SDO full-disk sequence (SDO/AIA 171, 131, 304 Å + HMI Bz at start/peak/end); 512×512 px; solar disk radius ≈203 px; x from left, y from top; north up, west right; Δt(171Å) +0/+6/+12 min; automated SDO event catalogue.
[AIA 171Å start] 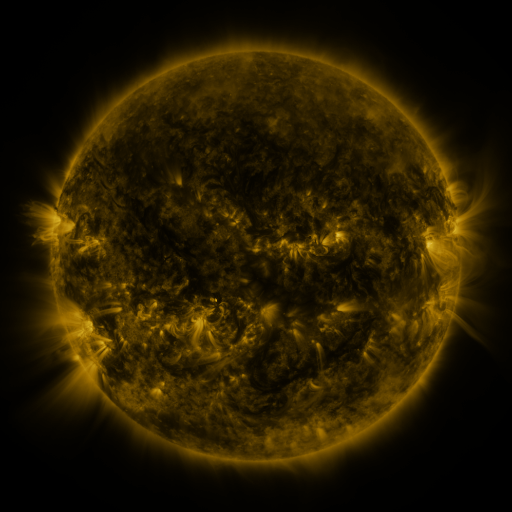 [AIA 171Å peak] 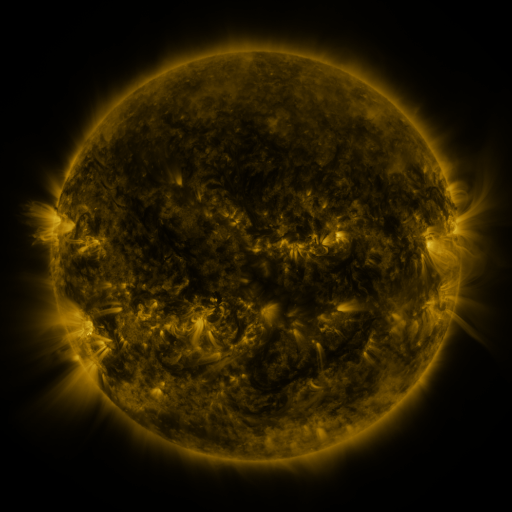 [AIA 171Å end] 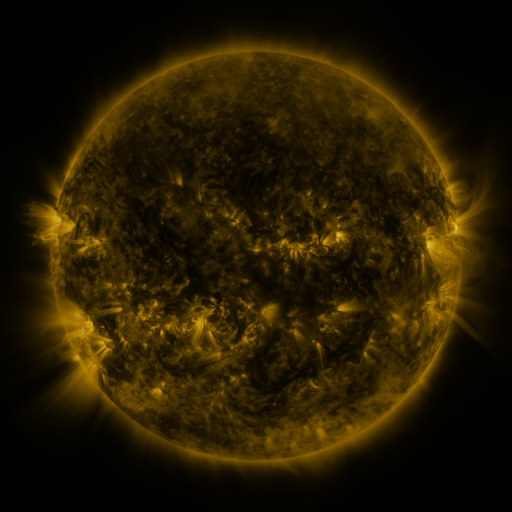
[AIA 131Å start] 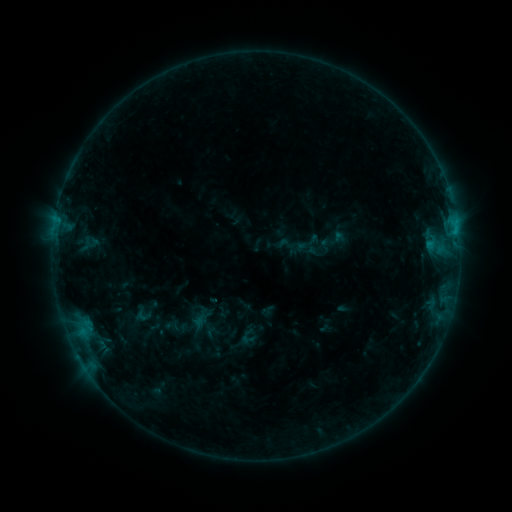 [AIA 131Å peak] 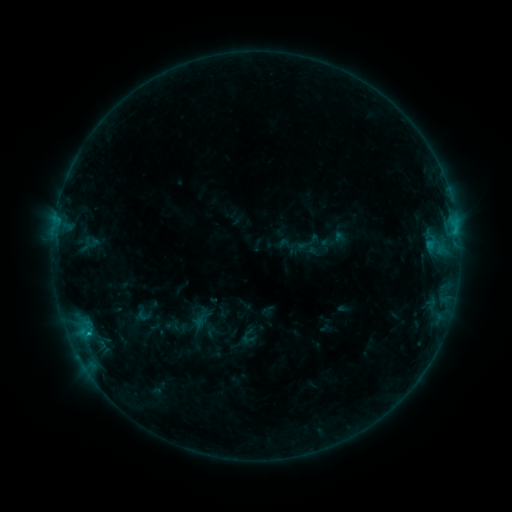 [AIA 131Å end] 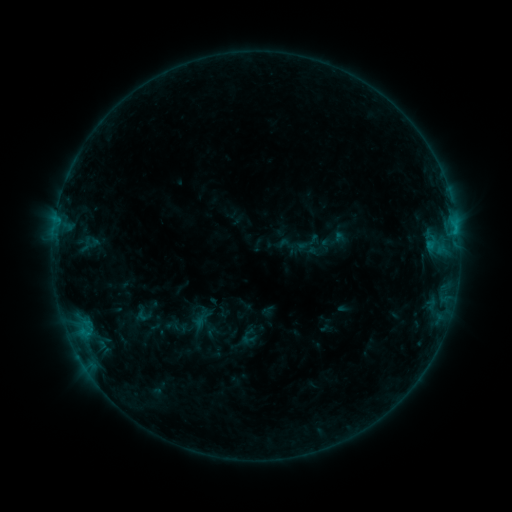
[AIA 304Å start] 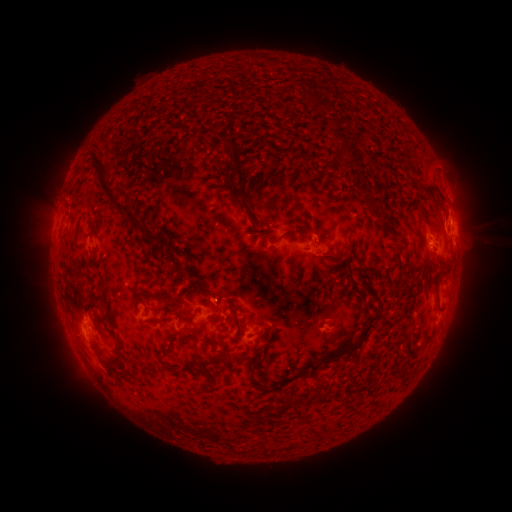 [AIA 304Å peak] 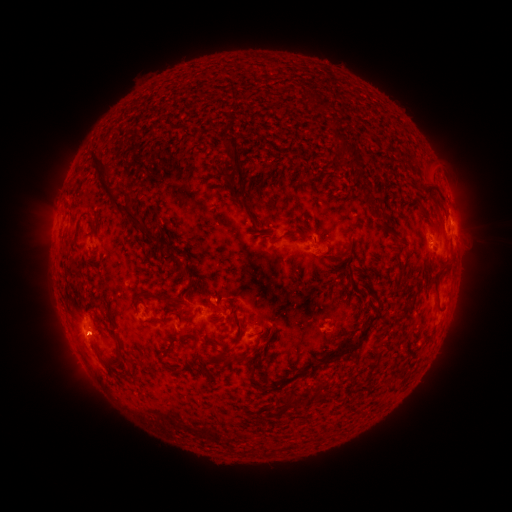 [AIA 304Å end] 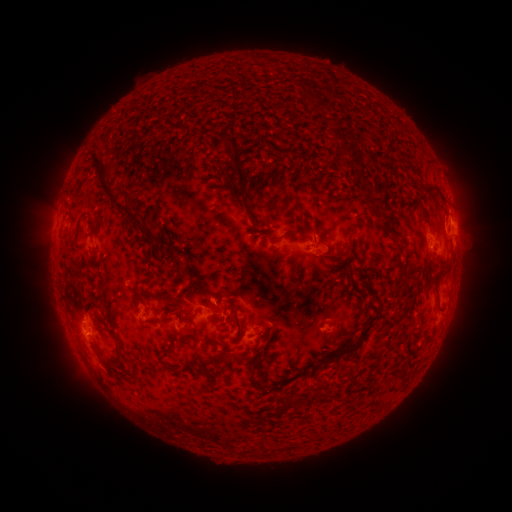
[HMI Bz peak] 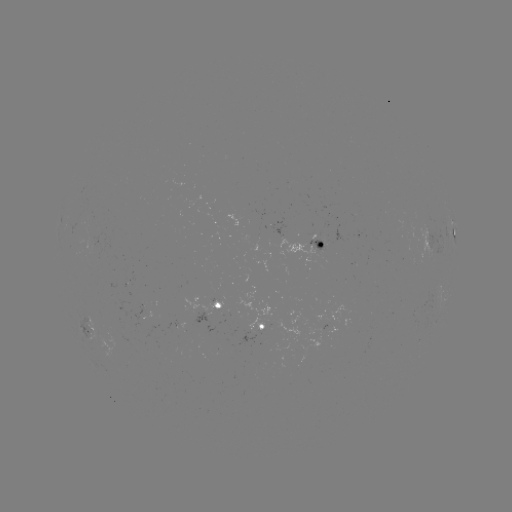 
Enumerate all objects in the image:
B8.4 flare: (90, 330)
